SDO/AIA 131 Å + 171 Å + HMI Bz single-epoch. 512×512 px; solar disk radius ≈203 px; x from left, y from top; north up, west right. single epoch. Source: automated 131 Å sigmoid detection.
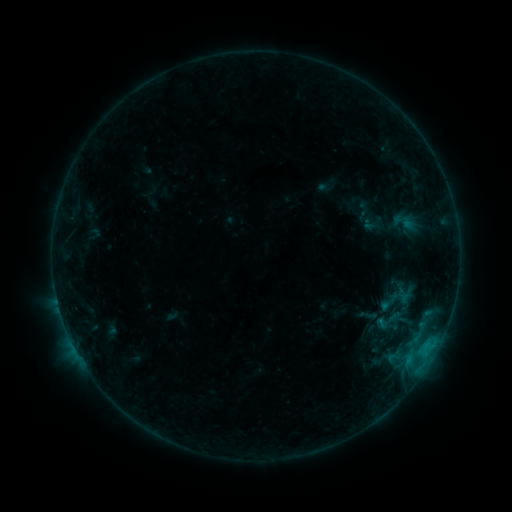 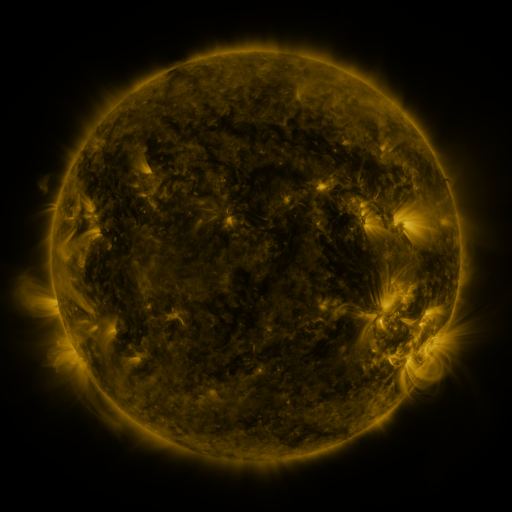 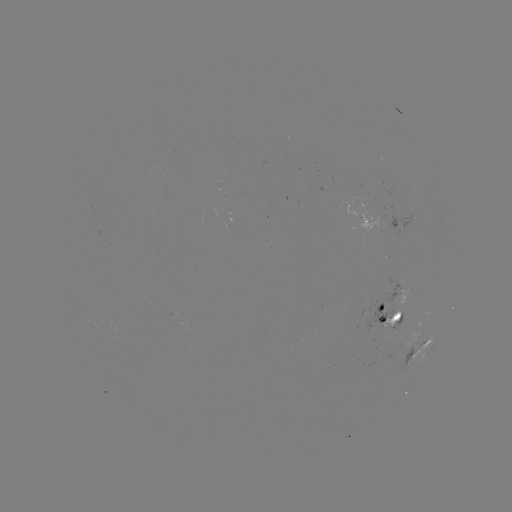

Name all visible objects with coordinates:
sigmoid: (374, 308, 401, 335)
